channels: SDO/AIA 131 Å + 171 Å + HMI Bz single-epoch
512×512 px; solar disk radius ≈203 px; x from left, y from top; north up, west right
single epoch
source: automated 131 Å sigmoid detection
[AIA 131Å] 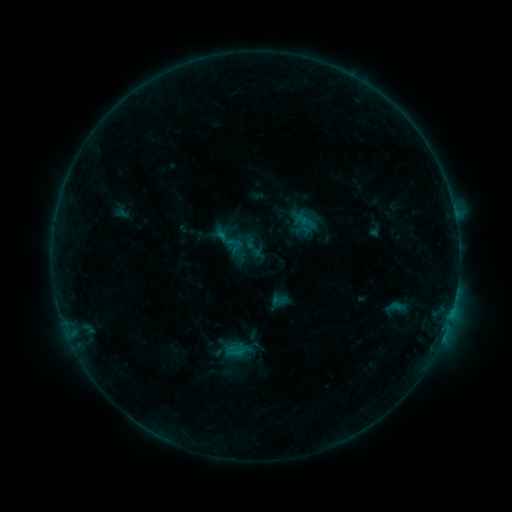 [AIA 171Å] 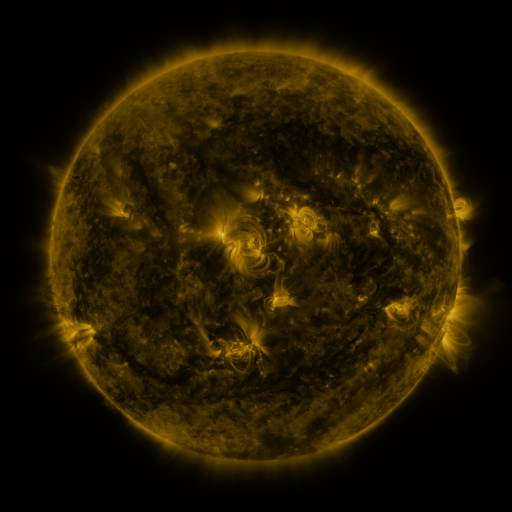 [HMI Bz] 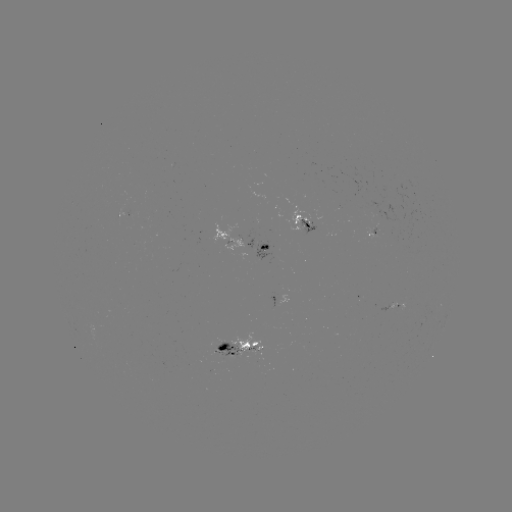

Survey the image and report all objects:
sigmoid: [212, 223, 246, 258]
